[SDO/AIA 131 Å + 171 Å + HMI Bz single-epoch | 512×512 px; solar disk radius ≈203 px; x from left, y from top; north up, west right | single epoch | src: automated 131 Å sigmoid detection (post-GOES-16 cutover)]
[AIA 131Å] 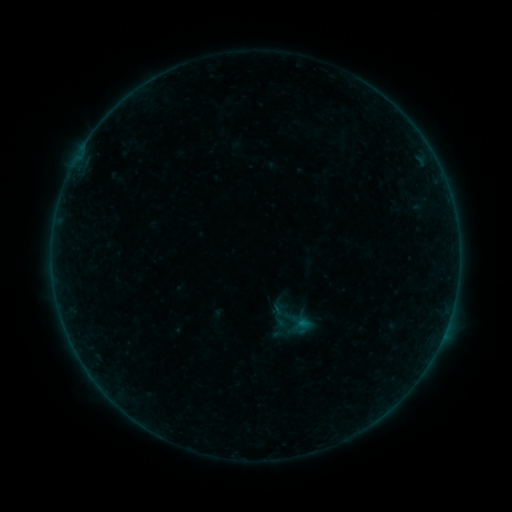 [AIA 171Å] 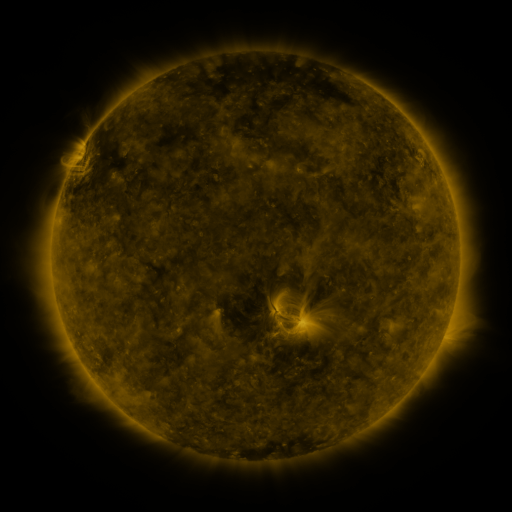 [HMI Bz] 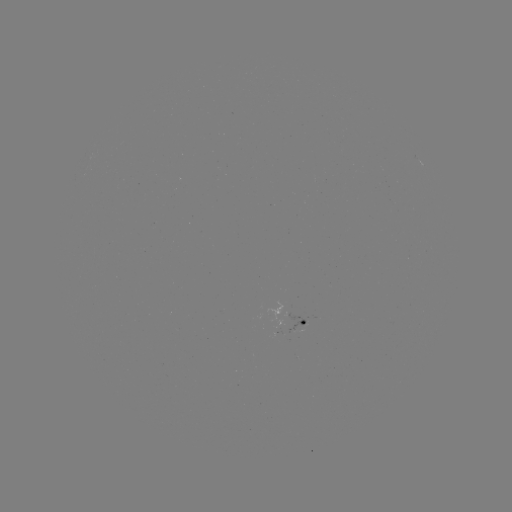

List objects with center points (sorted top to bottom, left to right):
sigmoid: (291, 319)
